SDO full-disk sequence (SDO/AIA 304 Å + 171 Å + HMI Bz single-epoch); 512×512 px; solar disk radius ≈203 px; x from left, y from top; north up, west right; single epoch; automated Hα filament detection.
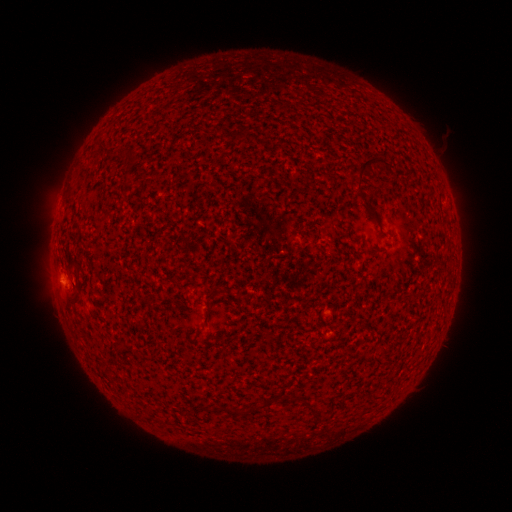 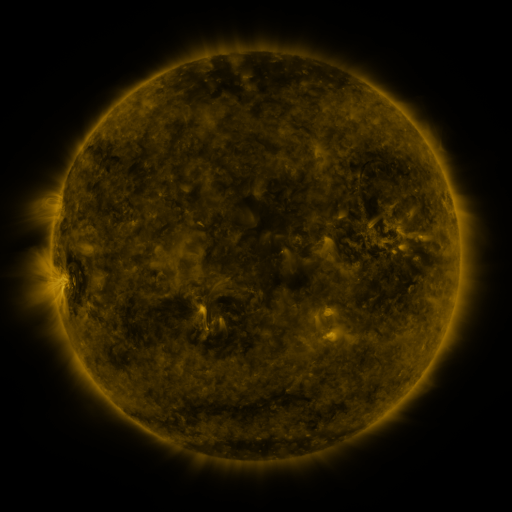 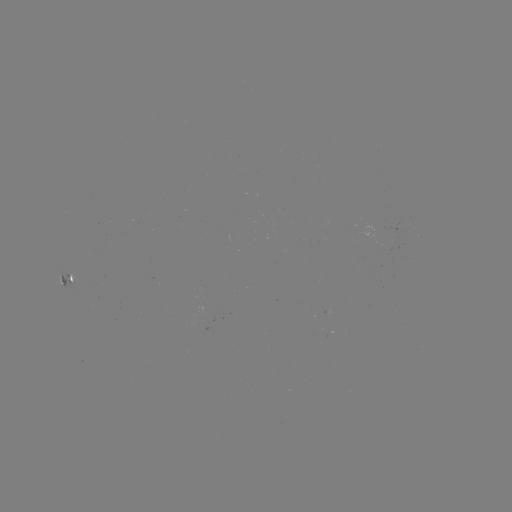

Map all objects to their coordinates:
filament: (130, 156)
filament: (366, 164)
filament: (122, 348)
filament: (228, 411)
